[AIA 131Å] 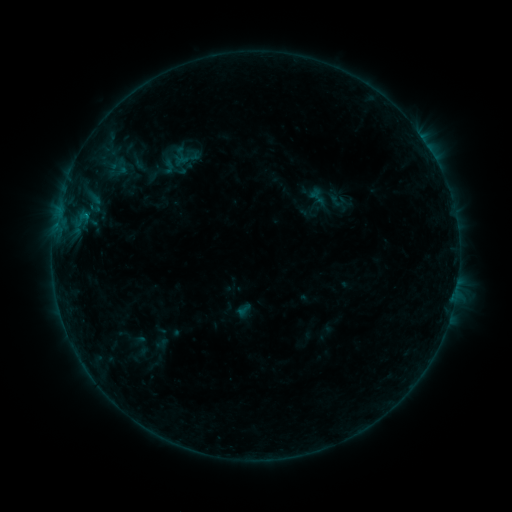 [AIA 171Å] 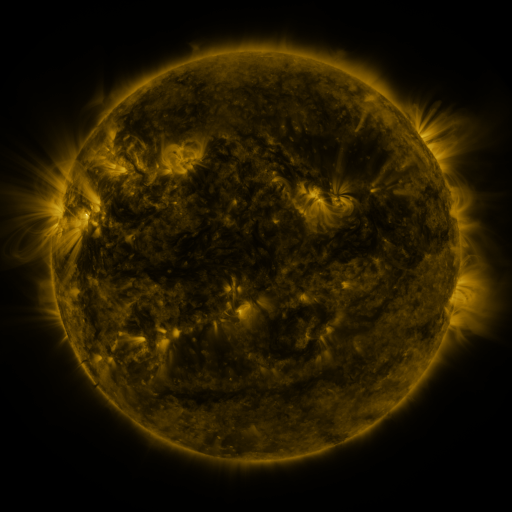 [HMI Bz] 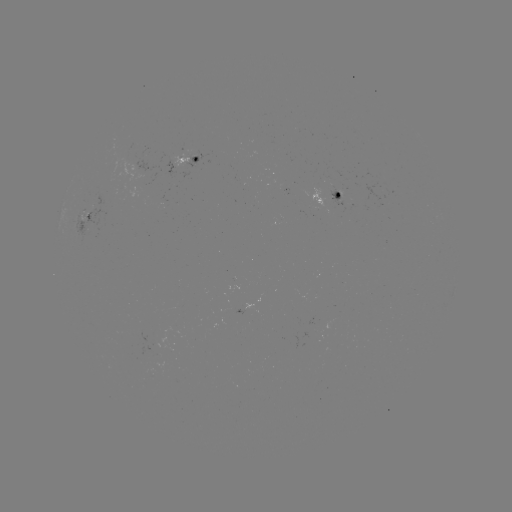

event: sigmoid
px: (168, 166)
